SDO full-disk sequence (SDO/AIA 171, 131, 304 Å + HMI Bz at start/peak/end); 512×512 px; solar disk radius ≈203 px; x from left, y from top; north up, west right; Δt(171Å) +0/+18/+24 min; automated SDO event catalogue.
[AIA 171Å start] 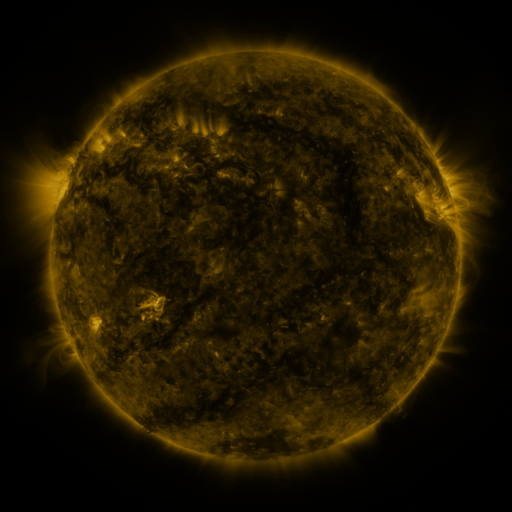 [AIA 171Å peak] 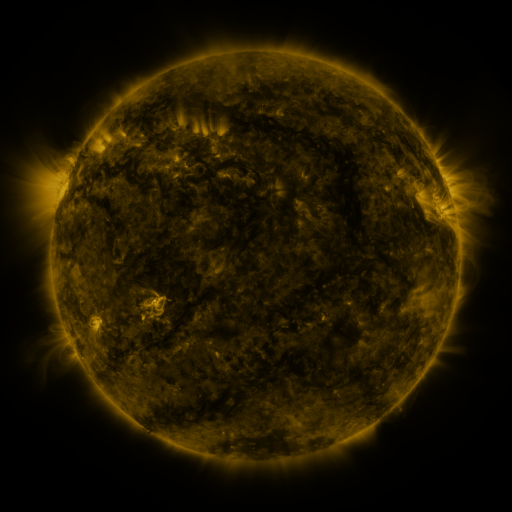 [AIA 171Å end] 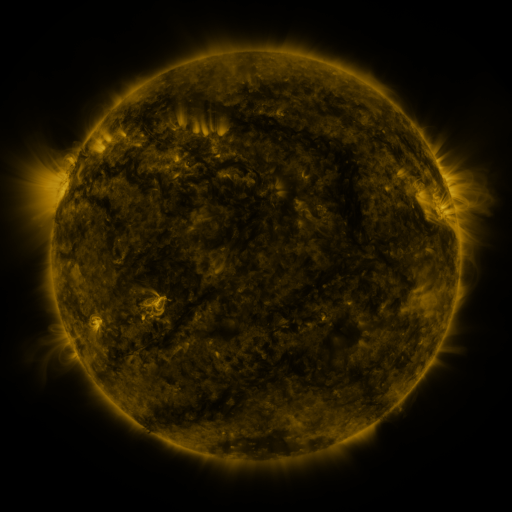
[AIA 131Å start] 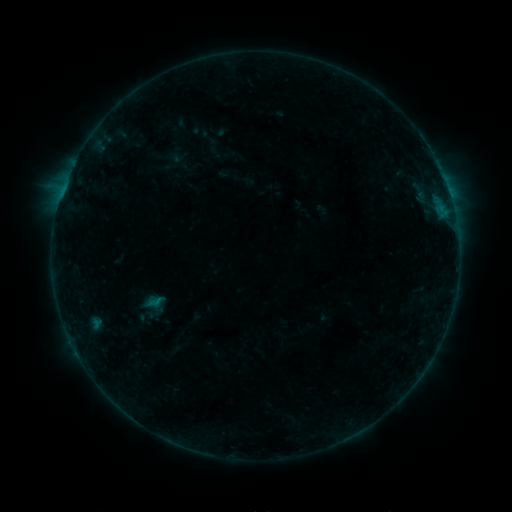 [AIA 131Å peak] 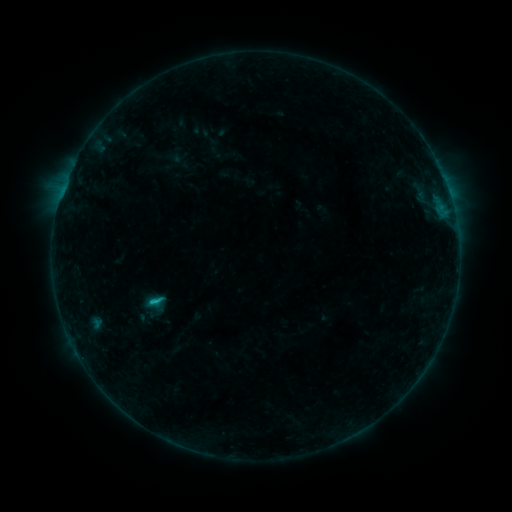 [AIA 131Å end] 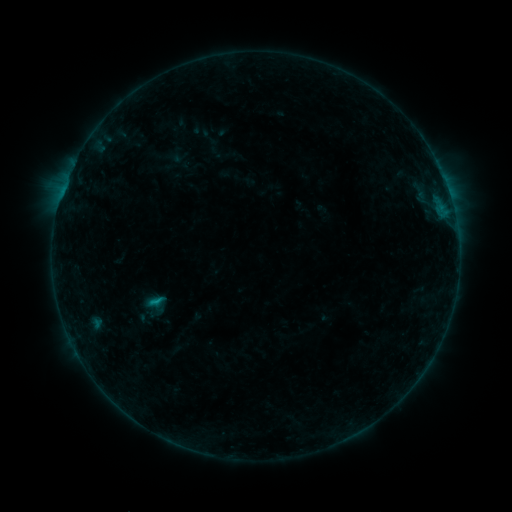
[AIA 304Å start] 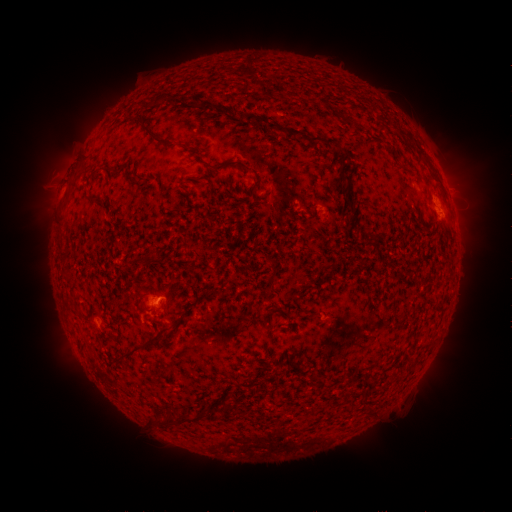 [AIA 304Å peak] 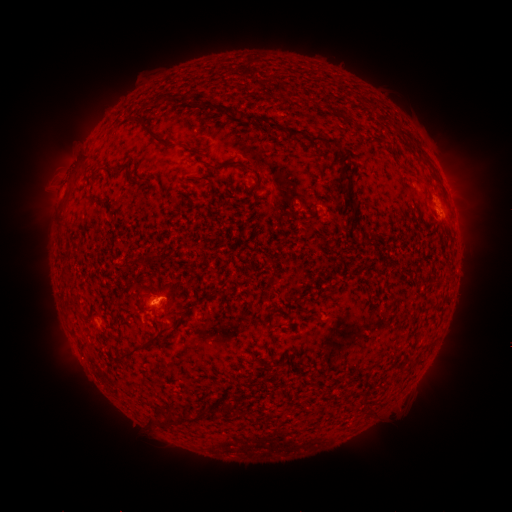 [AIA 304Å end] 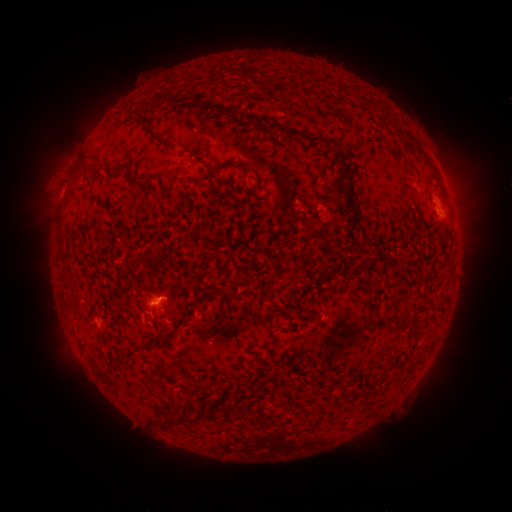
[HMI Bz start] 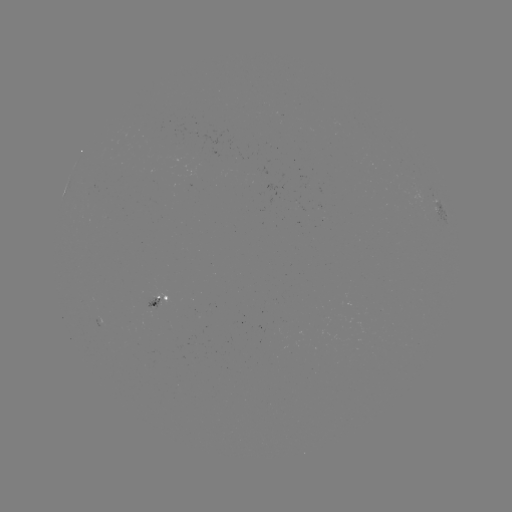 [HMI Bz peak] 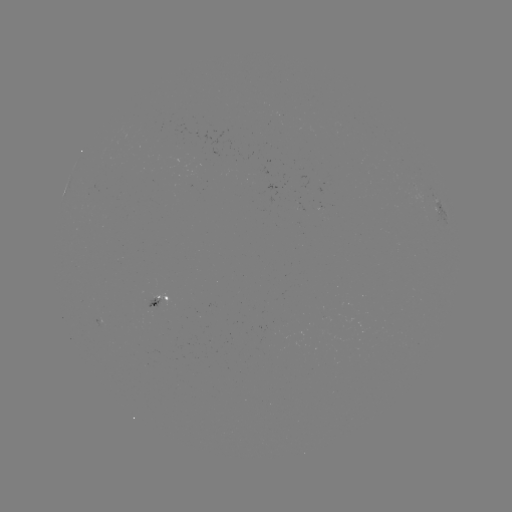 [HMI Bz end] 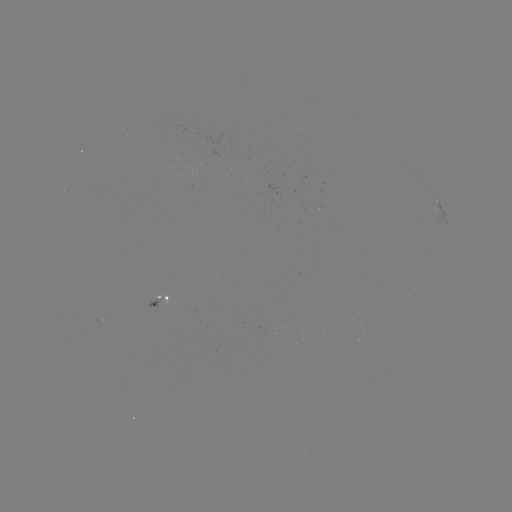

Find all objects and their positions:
B9.9 flare: (158, 299)
